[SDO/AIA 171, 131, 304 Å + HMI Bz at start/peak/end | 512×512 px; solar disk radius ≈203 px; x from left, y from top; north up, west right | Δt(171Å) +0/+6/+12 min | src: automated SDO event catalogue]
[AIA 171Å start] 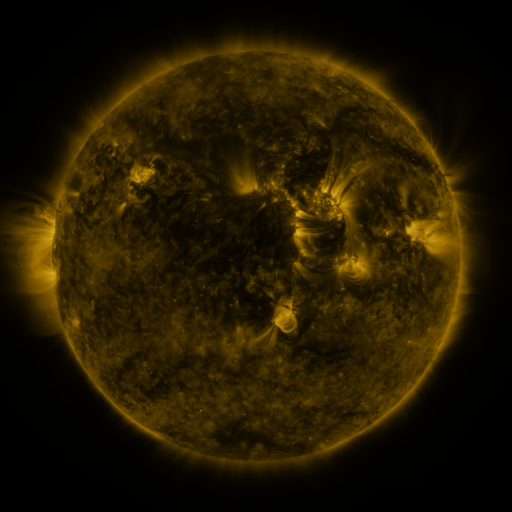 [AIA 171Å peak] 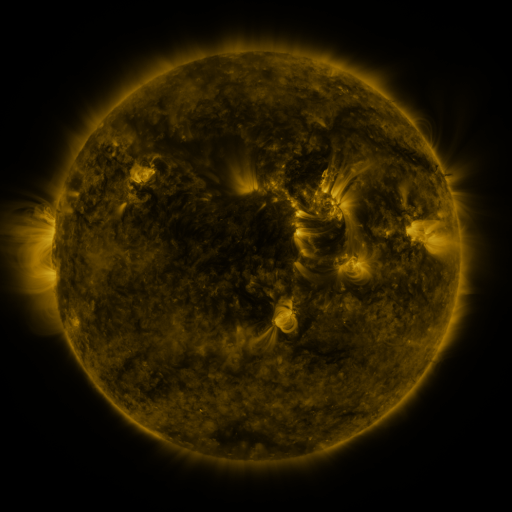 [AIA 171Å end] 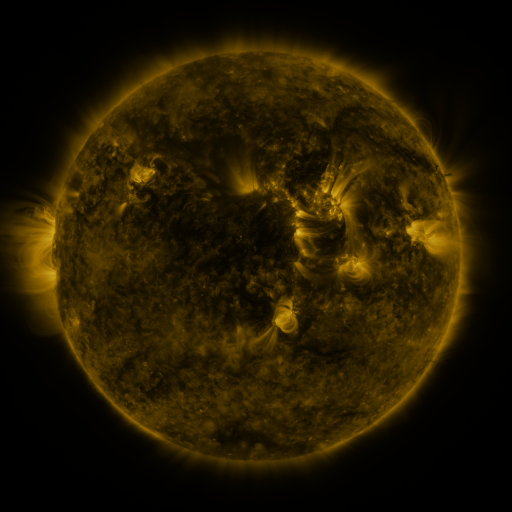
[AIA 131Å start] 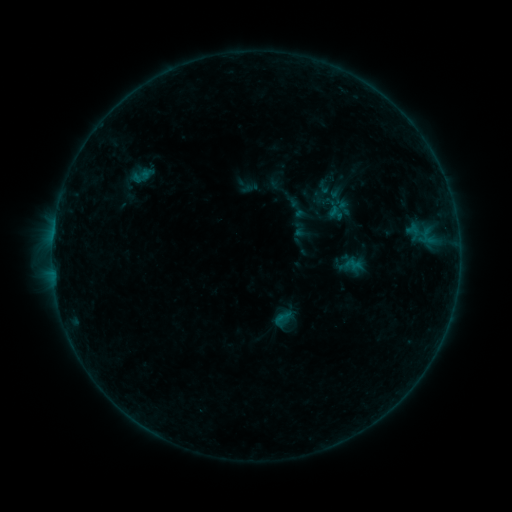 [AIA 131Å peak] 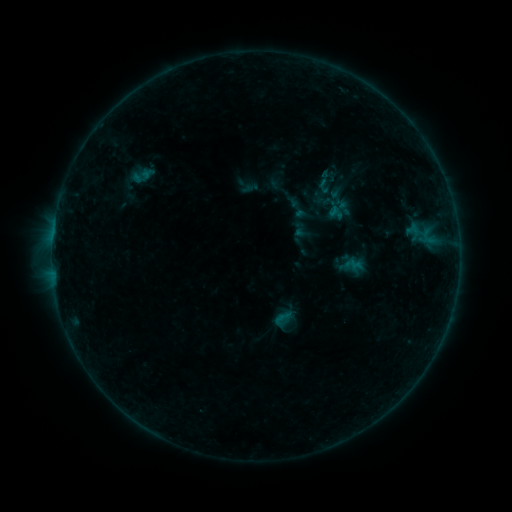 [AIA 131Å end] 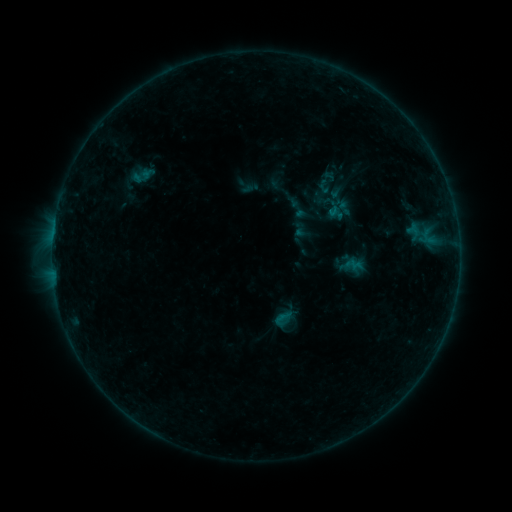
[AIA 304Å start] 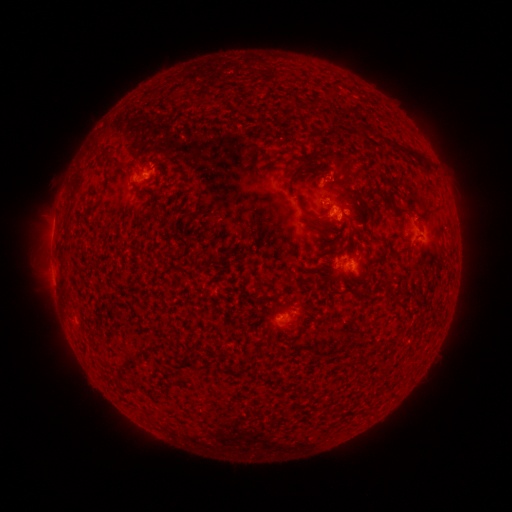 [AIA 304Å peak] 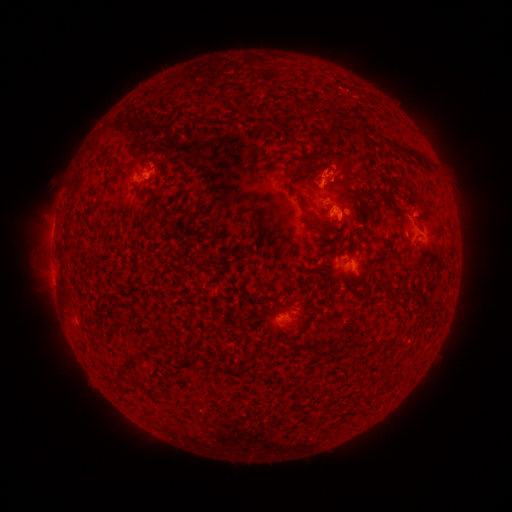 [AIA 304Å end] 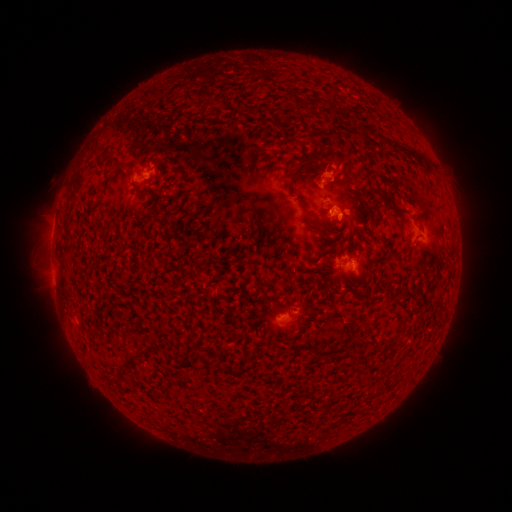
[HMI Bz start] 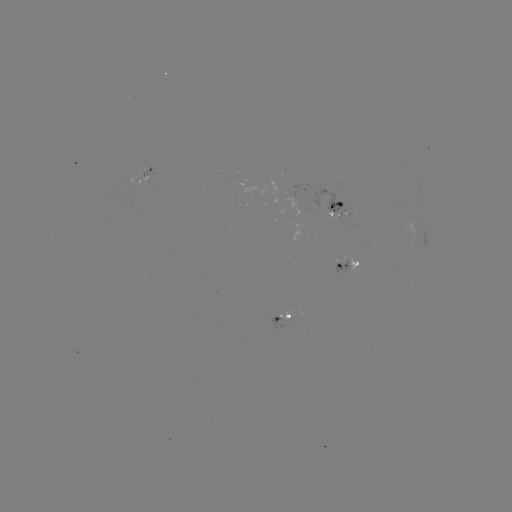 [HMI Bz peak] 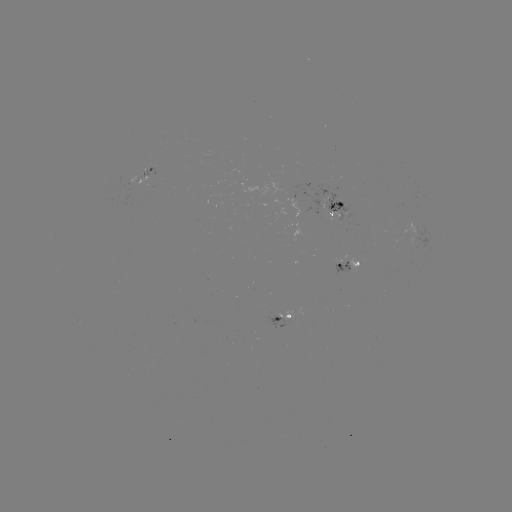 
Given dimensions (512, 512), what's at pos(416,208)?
eruption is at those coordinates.